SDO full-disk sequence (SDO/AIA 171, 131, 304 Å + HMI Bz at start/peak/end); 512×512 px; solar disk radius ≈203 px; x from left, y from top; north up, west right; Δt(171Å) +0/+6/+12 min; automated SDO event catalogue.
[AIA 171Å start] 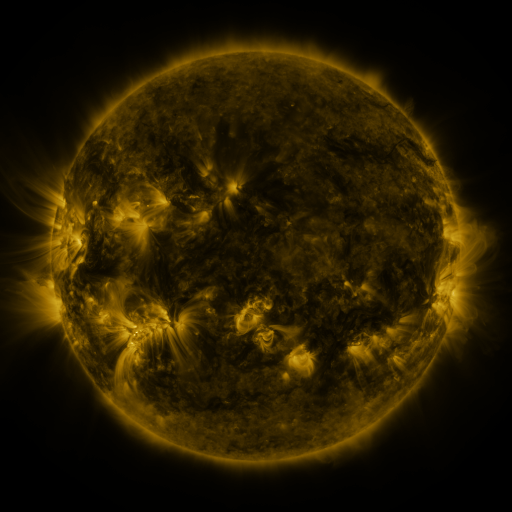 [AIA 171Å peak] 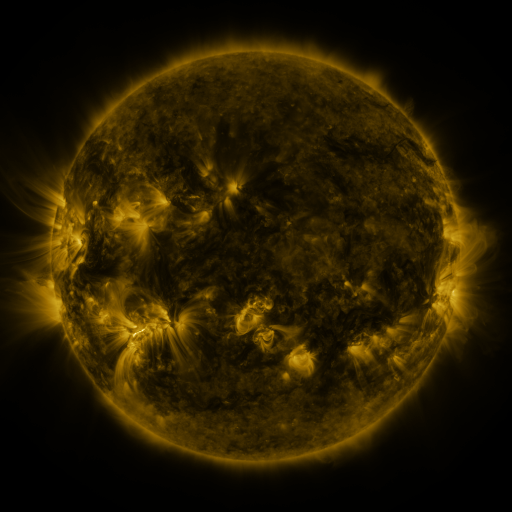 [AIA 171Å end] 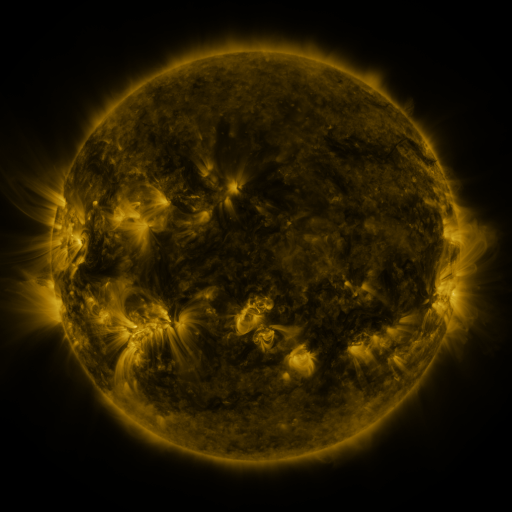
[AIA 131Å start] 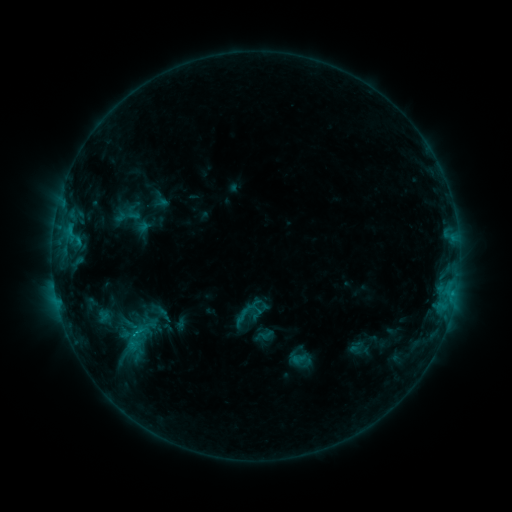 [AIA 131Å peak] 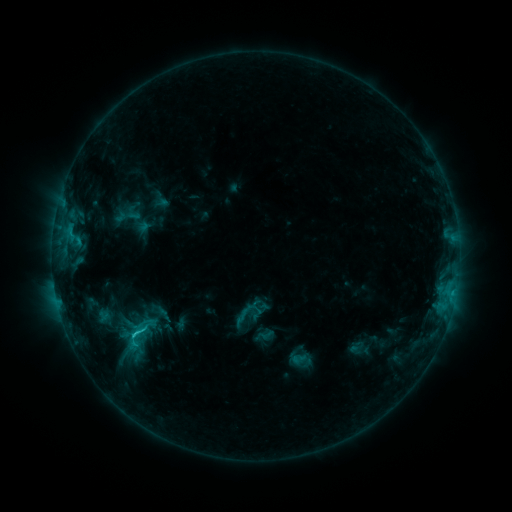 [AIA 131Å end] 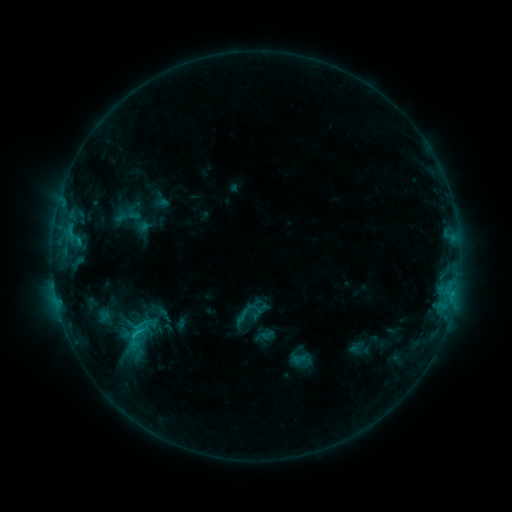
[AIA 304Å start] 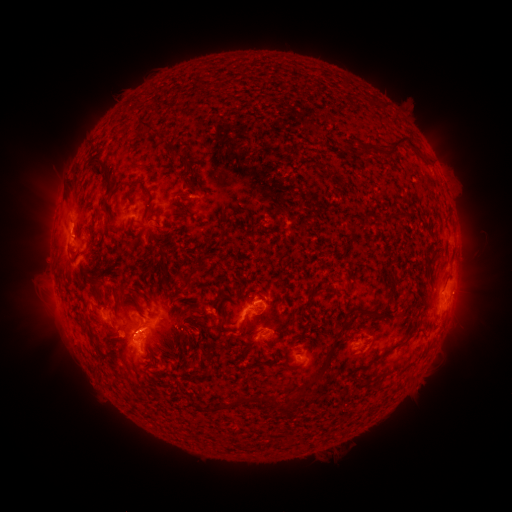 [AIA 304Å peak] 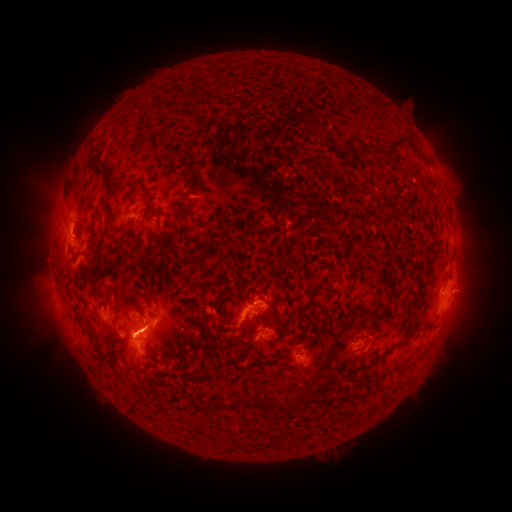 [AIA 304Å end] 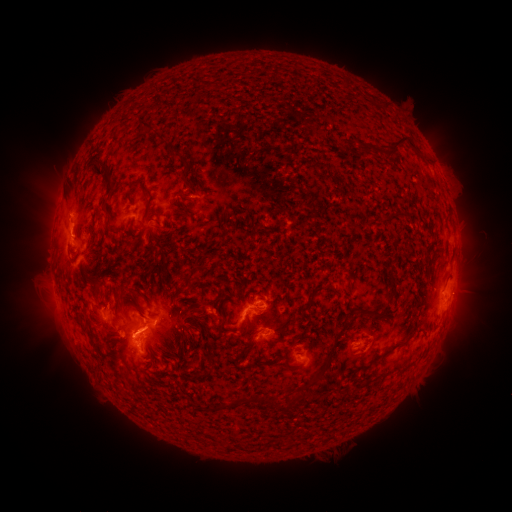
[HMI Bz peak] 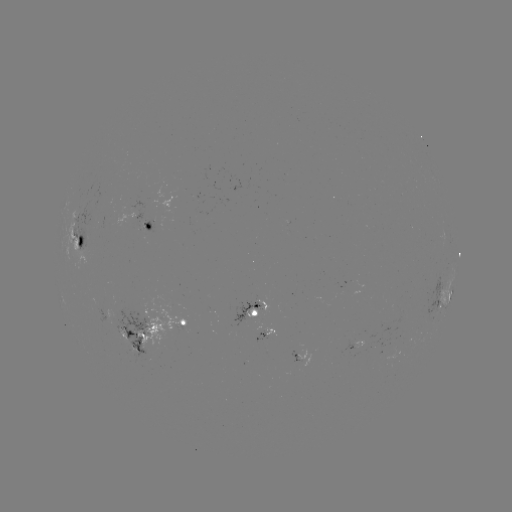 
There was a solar flare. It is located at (135, 333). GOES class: C1.7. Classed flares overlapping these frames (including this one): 1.